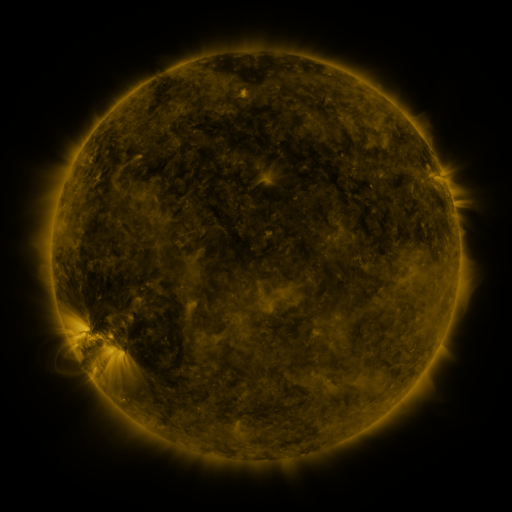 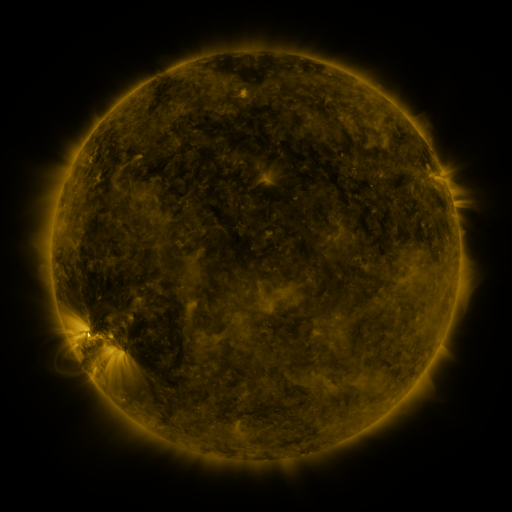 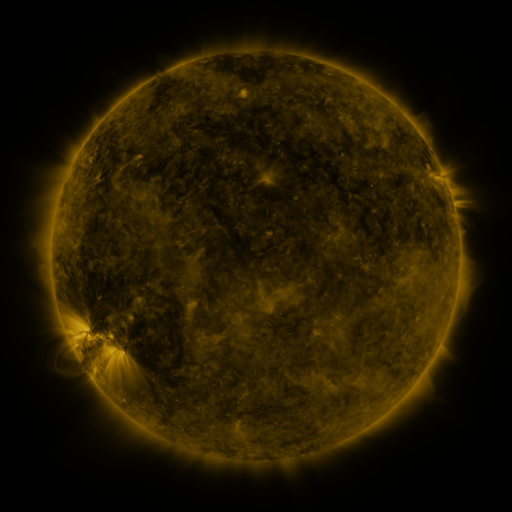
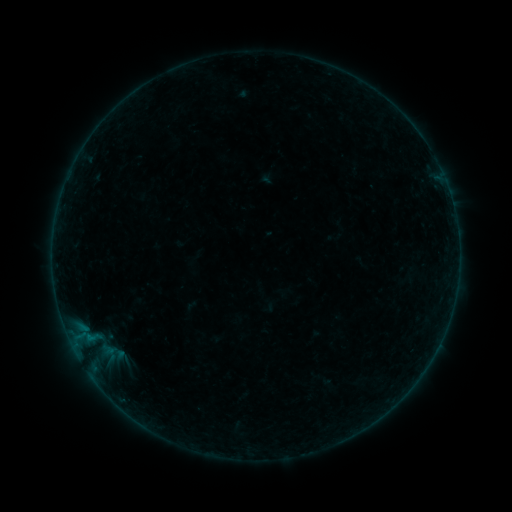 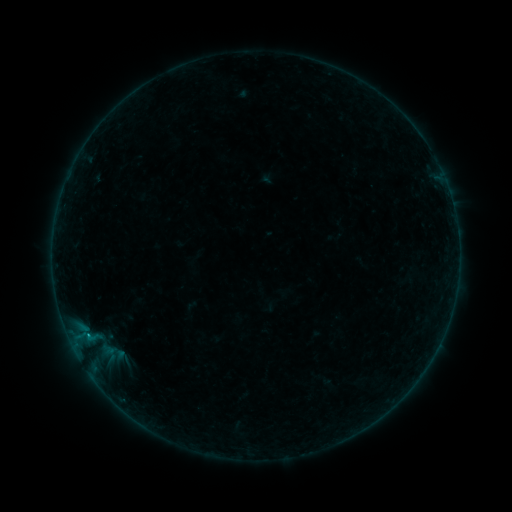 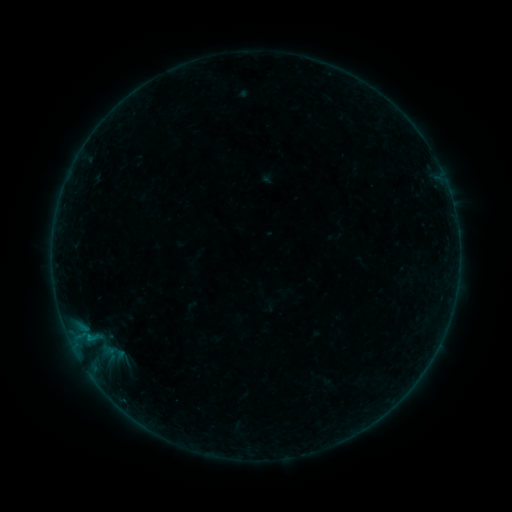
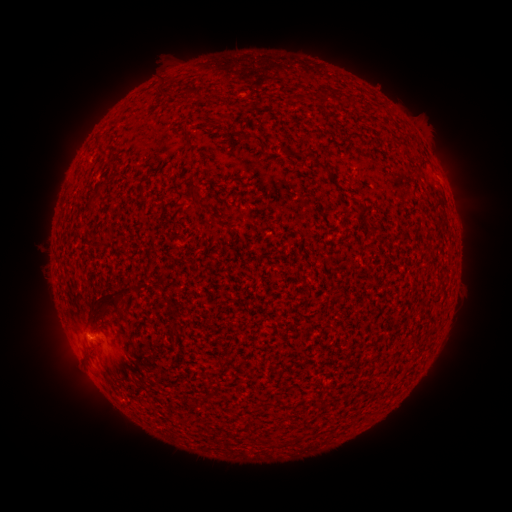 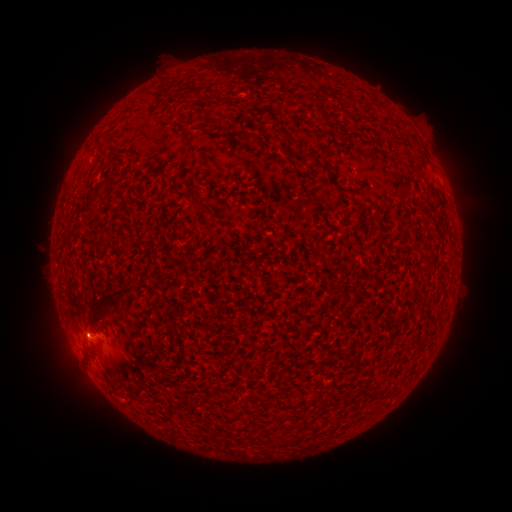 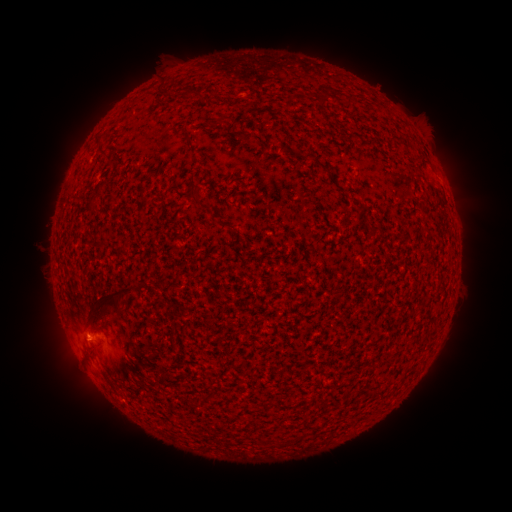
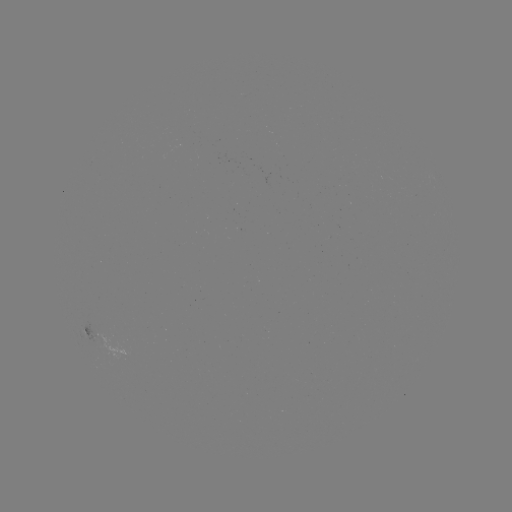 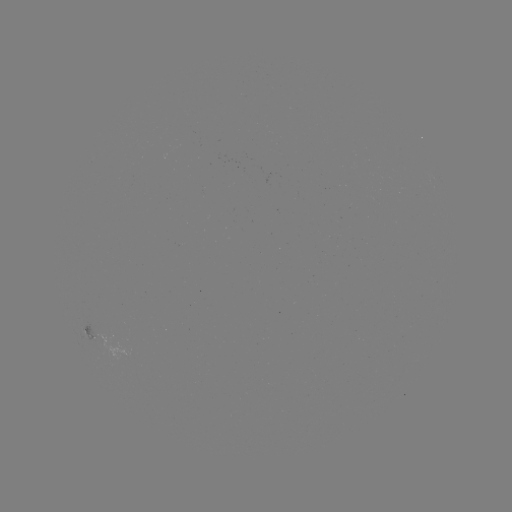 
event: flare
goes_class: B1.8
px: (88, 335)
